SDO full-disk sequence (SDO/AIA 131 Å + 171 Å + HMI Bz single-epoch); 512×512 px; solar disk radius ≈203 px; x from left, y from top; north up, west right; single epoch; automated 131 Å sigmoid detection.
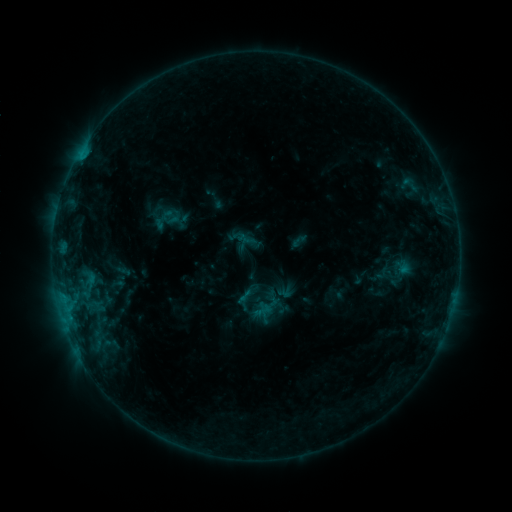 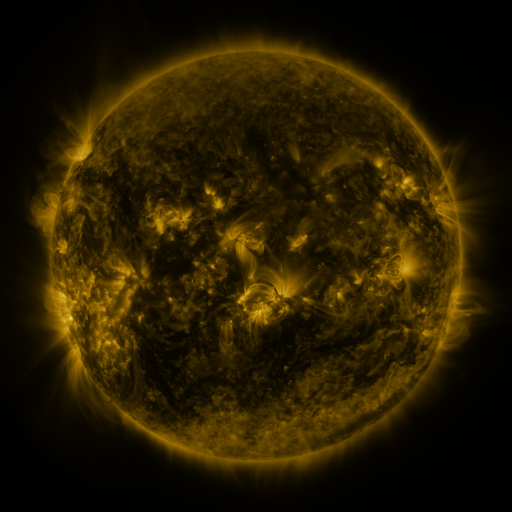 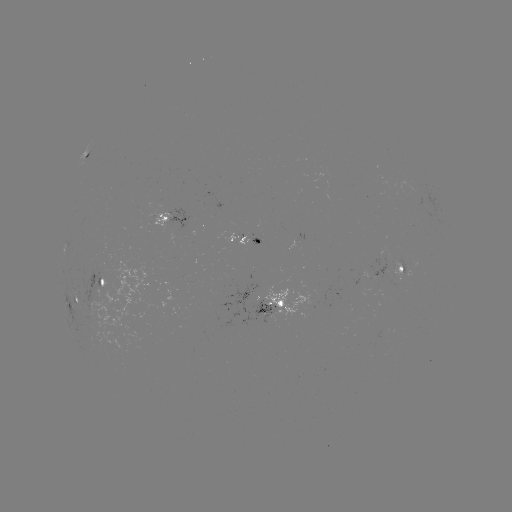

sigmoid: <bbox>253, 301, 272, 320</bbox>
